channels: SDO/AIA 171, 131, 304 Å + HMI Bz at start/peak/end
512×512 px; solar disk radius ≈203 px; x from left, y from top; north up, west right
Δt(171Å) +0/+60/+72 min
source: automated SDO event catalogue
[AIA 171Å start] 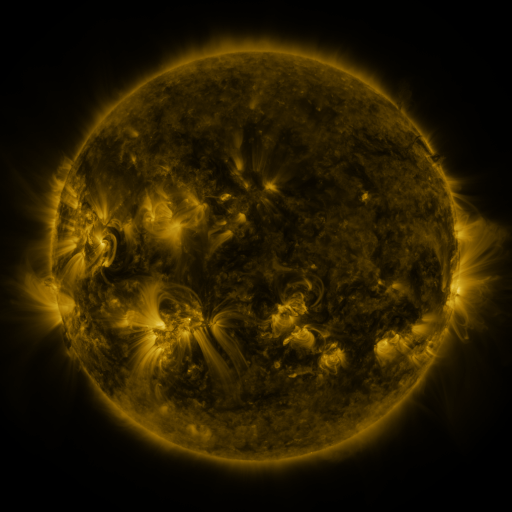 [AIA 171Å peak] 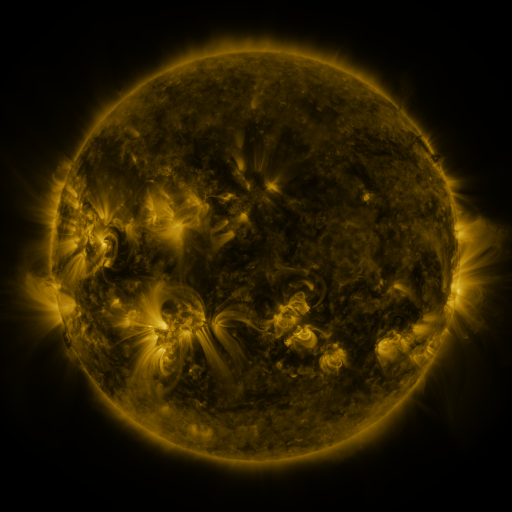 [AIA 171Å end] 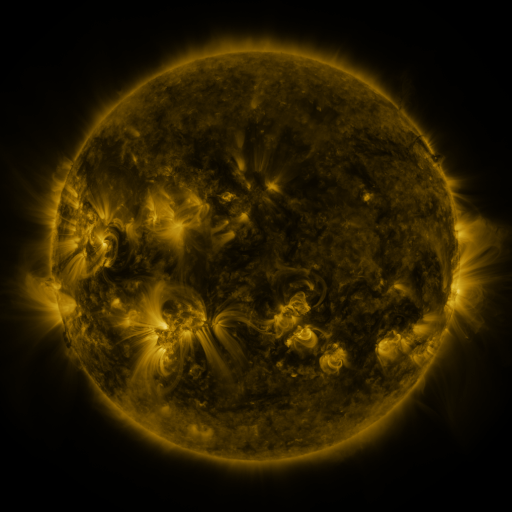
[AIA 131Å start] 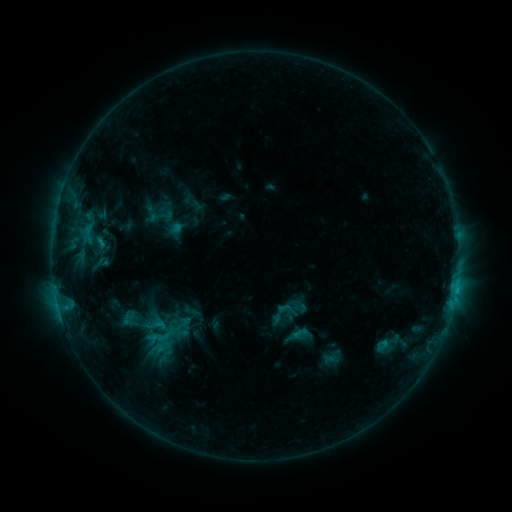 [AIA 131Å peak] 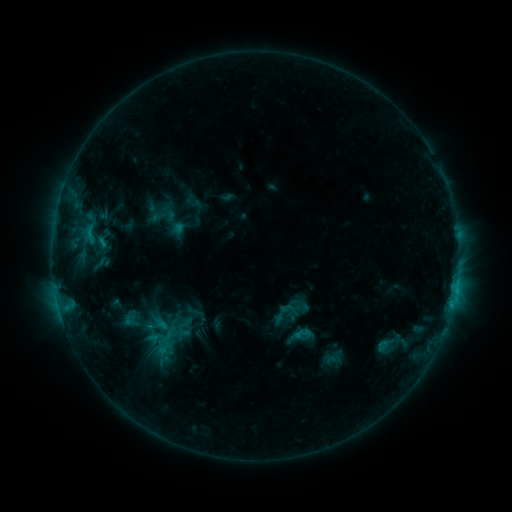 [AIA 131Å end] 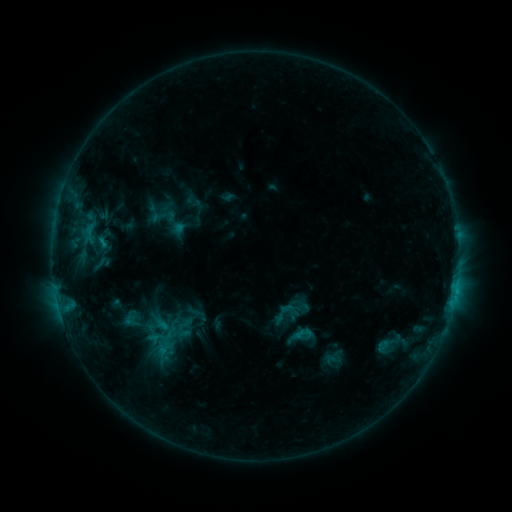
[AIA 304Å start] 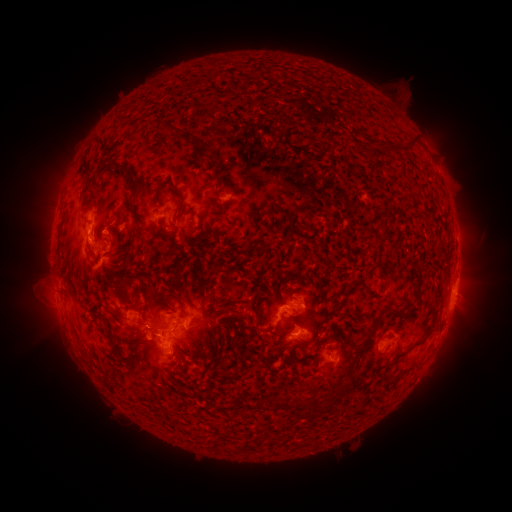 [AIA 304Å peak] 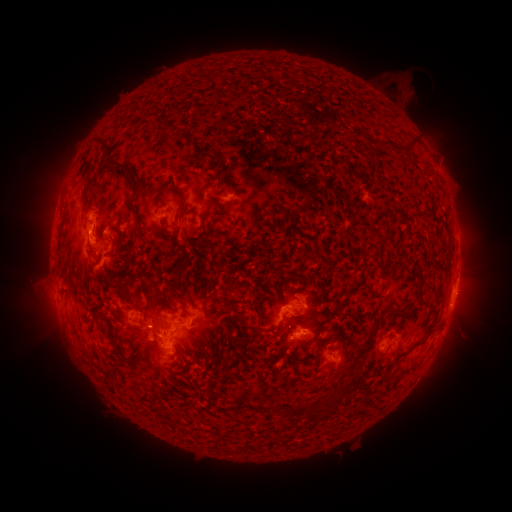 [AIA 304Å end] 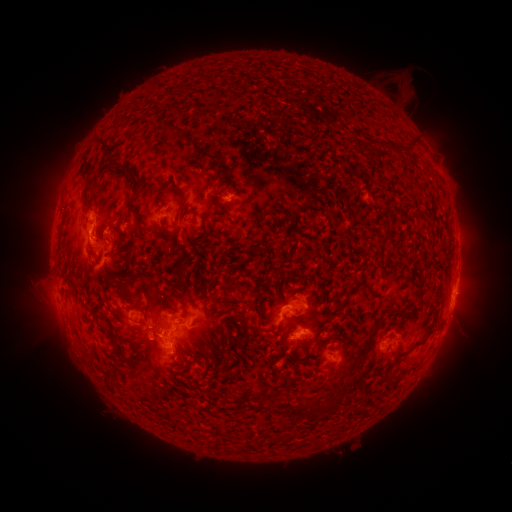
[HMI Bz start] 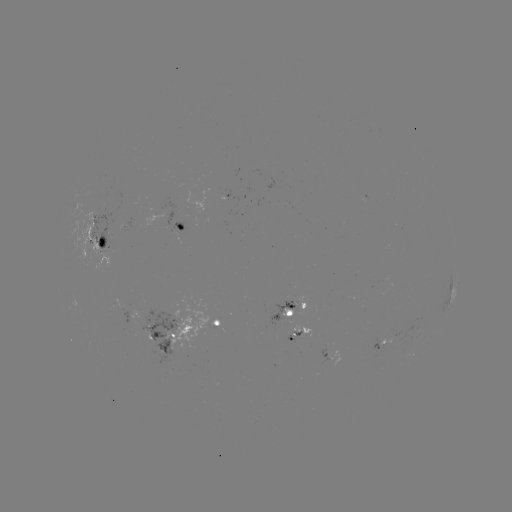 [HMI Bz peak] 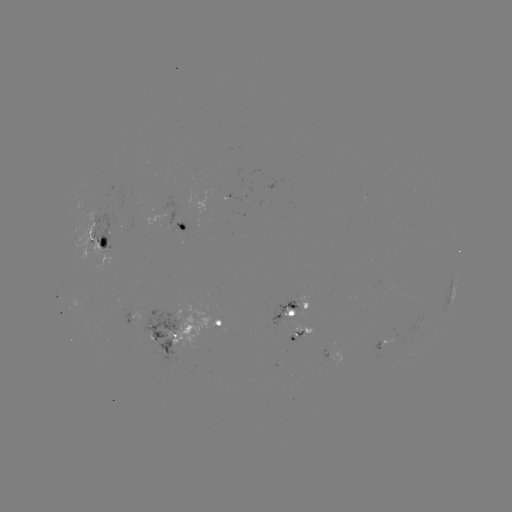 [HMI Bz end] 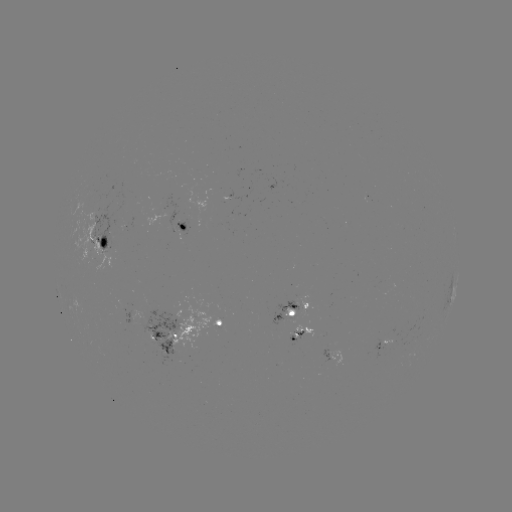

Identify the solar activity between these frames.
emerging-flux region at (113, 246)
